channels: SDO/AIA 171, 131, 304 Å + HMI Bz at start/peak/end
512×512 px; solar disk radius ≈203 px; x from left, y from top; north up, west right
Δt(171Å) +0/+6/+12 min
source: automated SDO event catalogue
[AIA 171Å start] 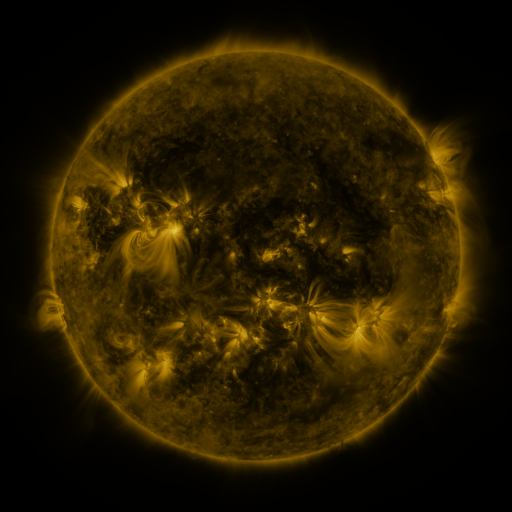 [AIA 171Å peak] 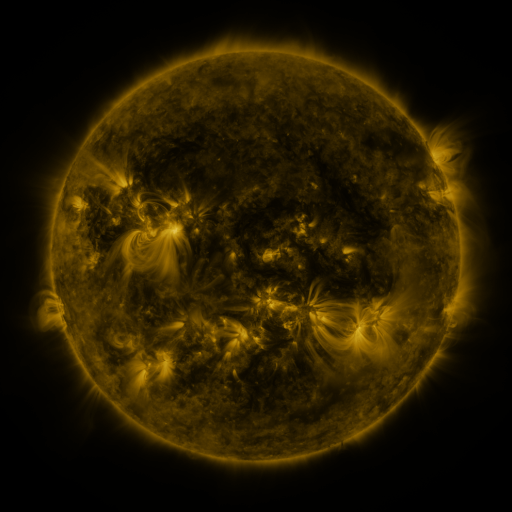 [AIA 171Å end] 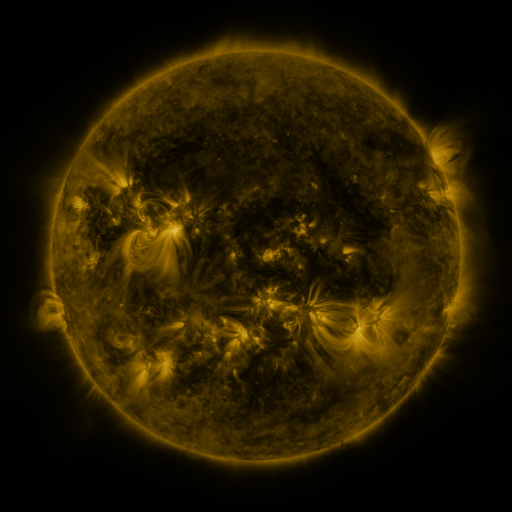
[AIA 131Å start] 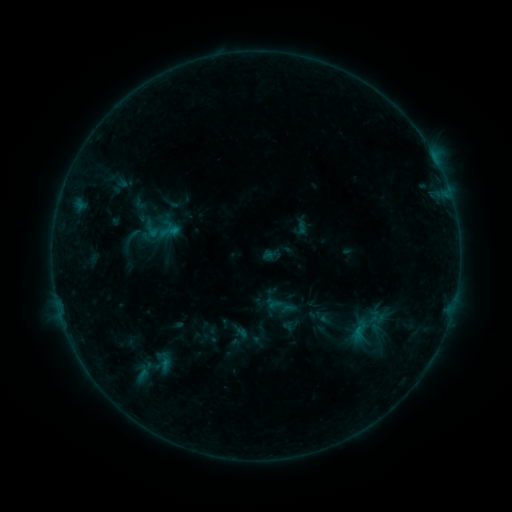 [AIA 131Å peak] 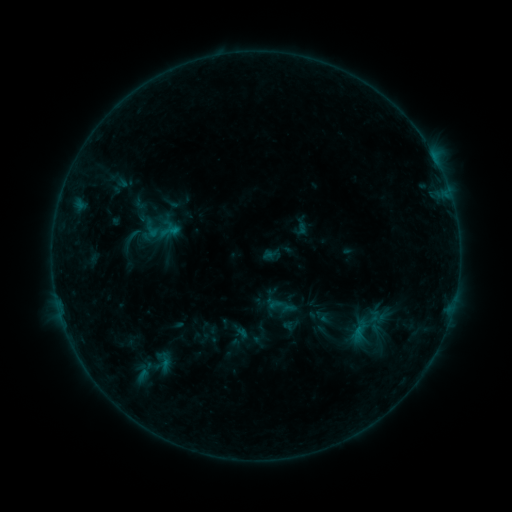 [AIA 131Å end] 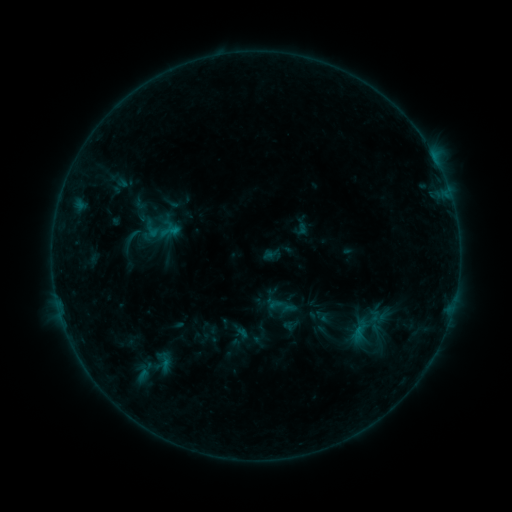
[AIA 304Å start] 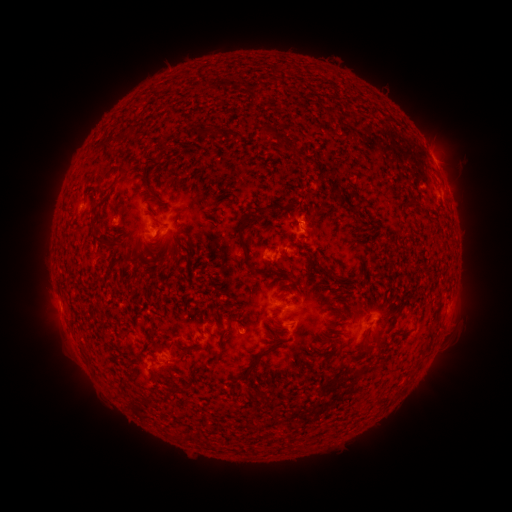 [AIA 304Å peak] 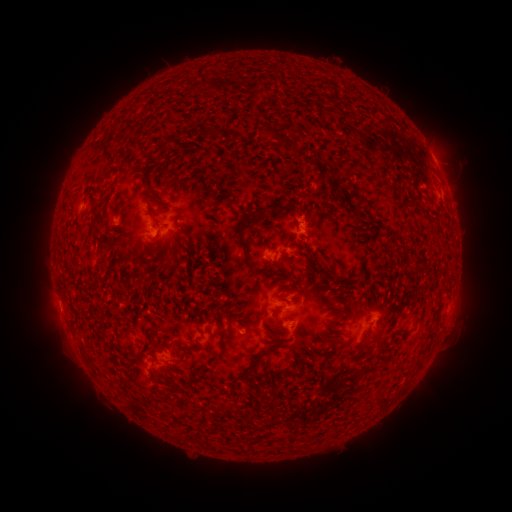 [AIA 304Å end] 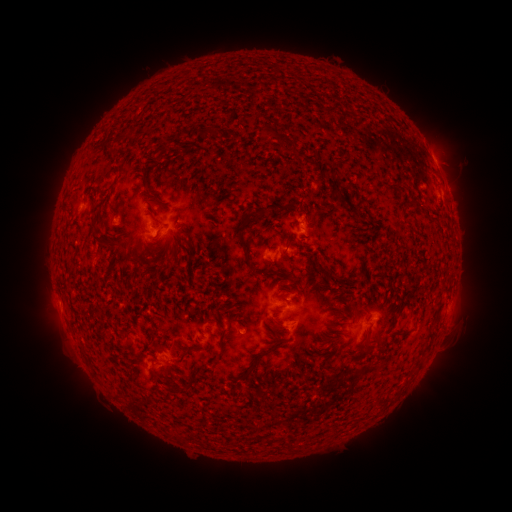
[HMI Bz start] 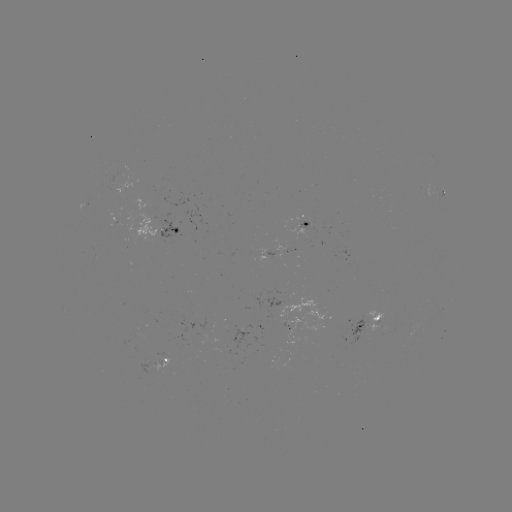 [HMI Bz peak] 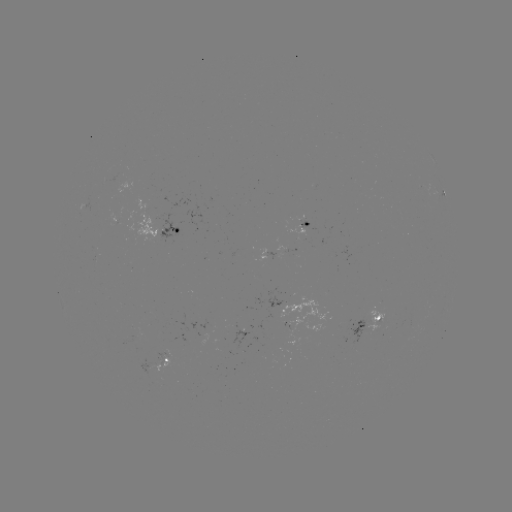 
no classed flare was catalogued and no EUV brightening was flagged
